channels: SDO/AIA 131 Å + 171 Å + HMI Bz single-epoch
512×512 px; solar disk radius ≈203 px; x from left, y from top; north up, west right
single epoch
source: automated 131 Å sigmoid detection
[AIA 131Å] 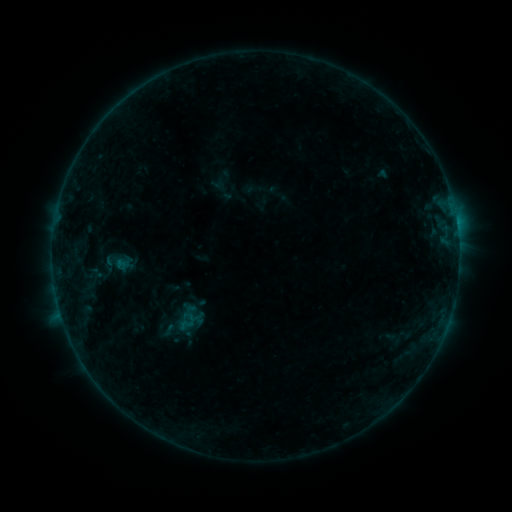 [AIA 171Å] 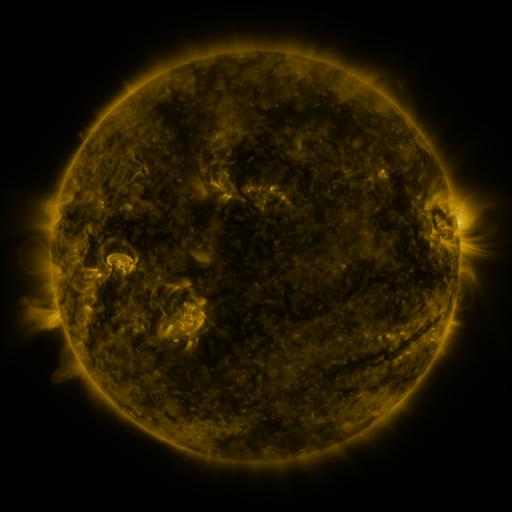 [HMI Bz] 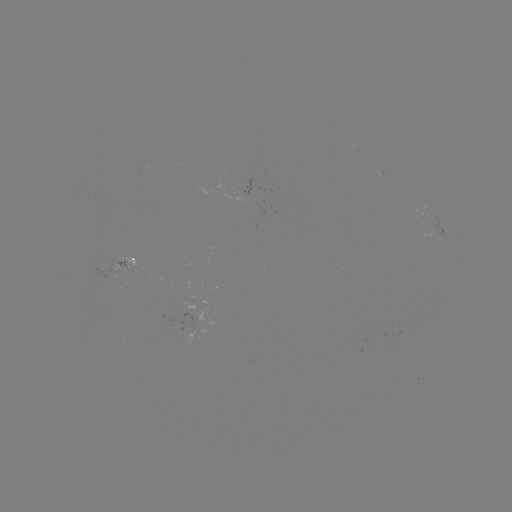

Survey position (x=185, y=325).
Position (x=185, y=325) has sigmoid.